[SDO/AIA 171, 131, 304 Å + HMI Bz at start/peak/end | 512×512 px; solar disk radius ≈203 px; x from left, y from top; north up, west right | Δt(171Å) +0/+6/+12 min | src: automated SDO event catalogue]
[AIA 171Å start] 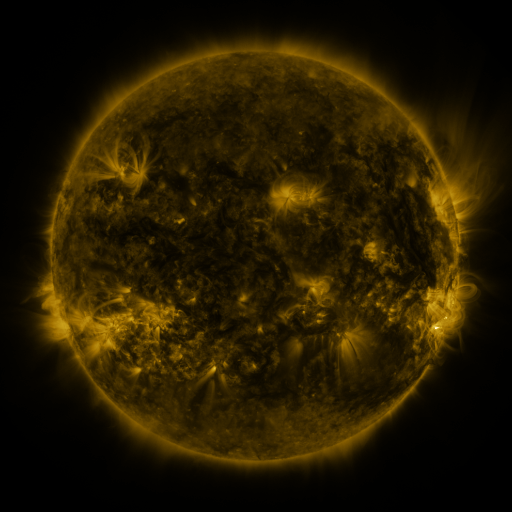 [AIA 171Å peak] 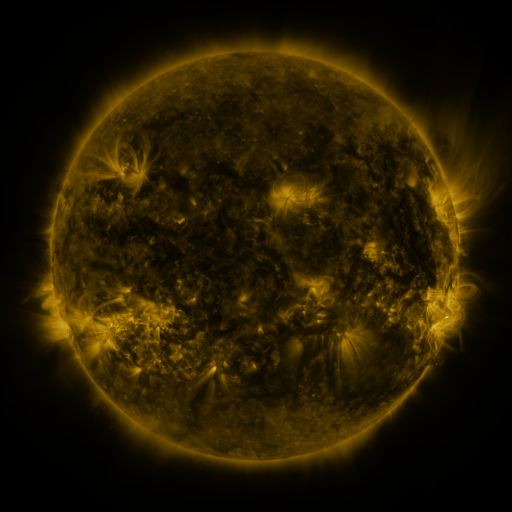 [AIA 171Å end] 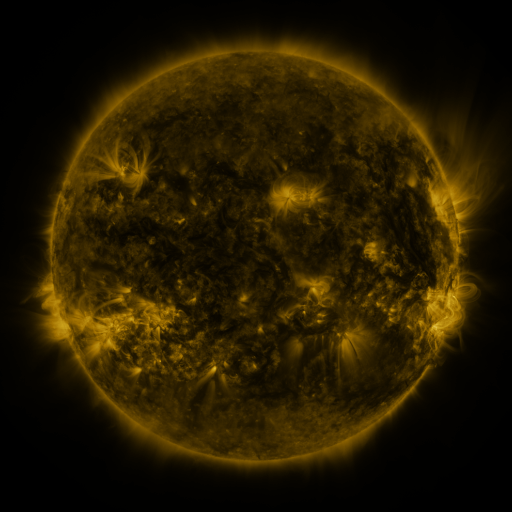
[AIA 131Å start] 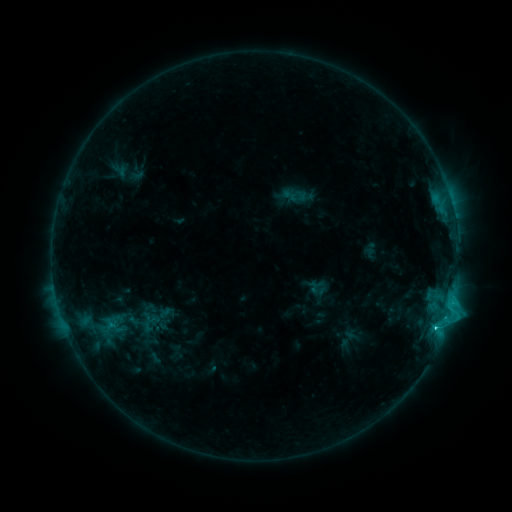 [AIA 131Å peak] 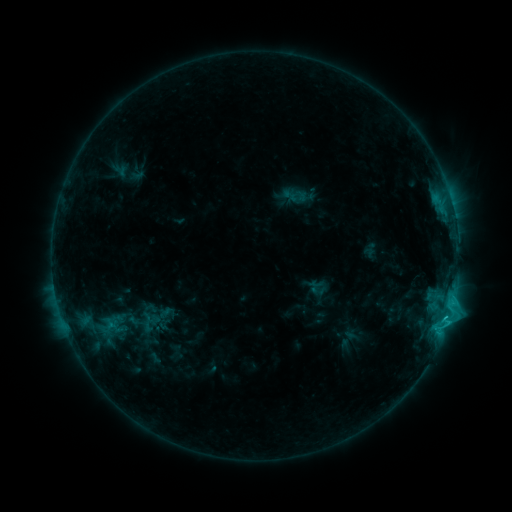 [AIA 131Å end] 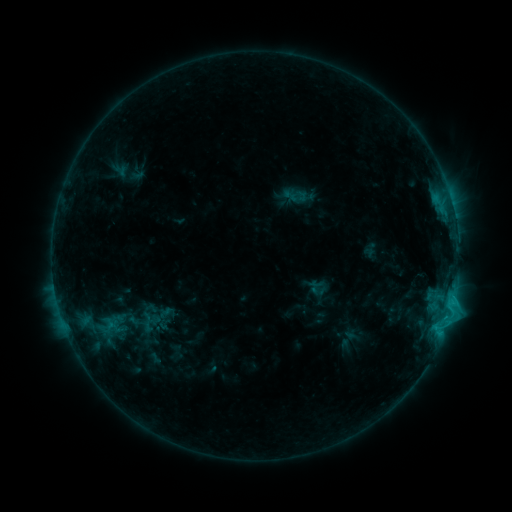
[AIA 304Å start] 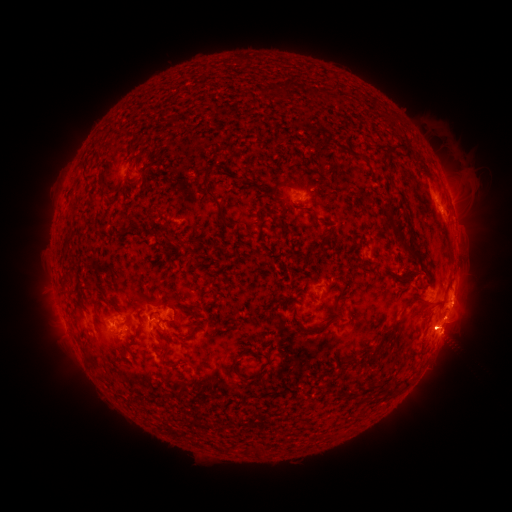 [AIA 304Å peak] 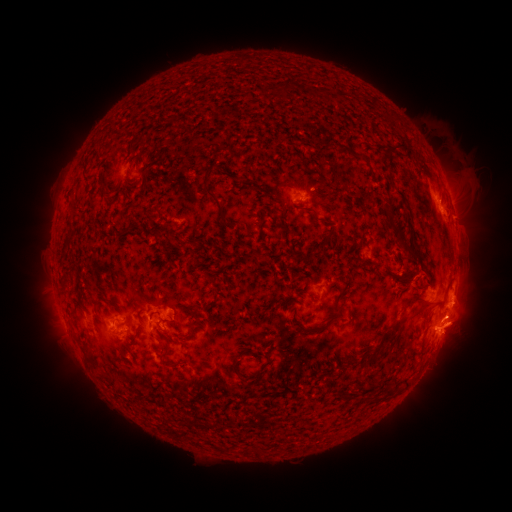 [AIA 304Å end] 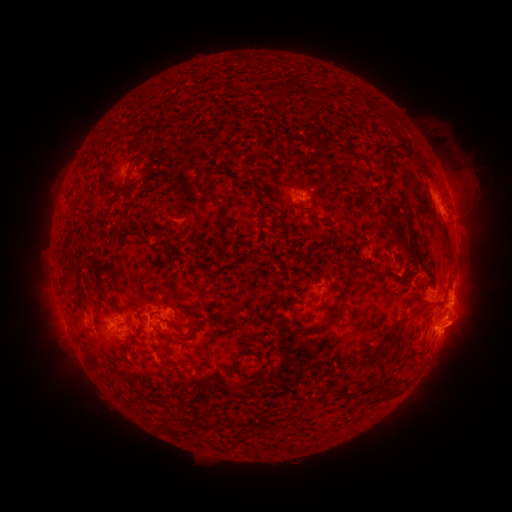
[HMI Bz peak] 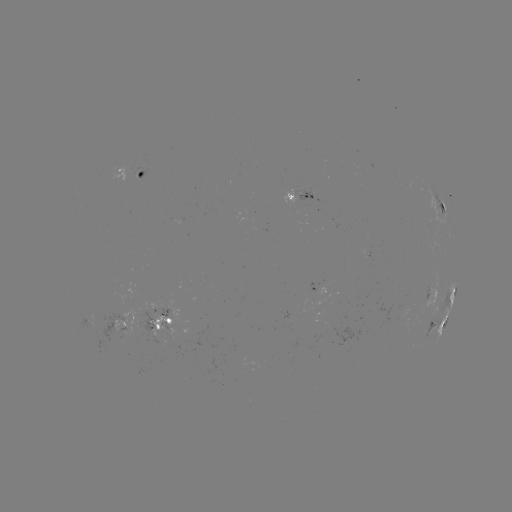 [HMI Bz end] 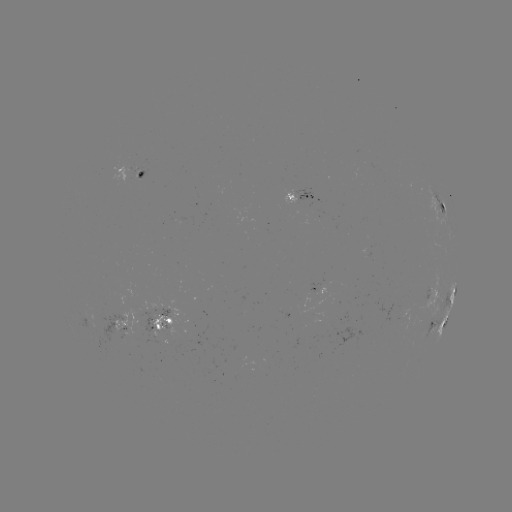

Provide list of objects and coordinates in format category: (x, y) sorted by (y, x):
eruption: (464, 327)
